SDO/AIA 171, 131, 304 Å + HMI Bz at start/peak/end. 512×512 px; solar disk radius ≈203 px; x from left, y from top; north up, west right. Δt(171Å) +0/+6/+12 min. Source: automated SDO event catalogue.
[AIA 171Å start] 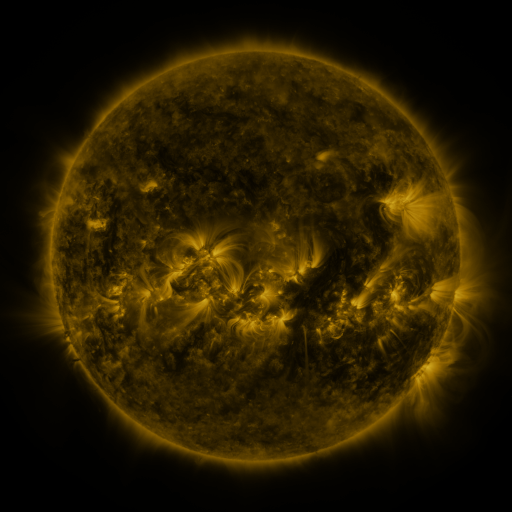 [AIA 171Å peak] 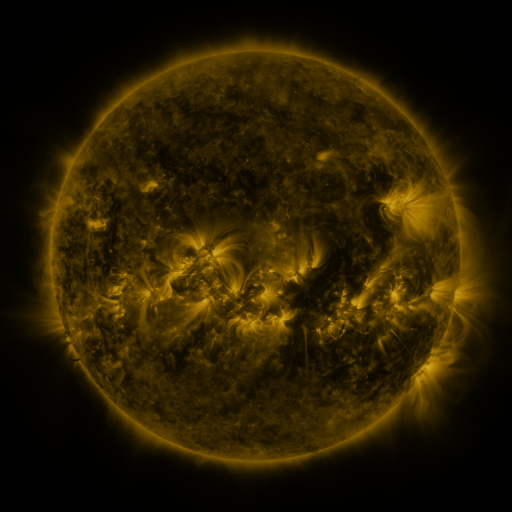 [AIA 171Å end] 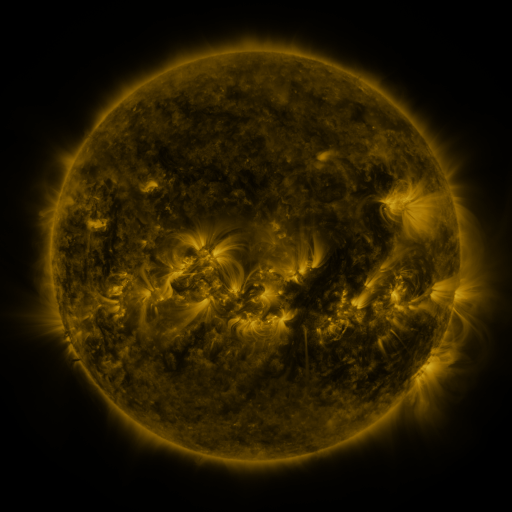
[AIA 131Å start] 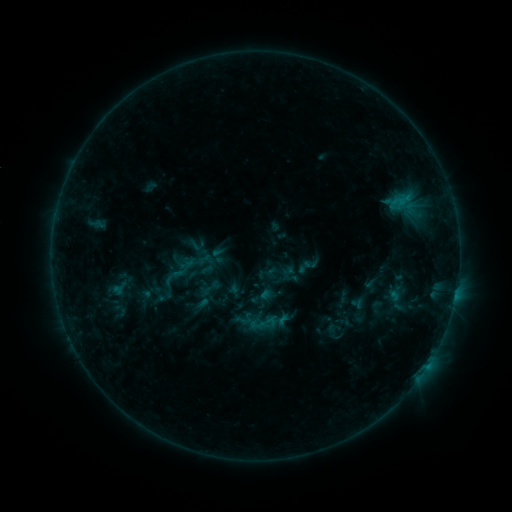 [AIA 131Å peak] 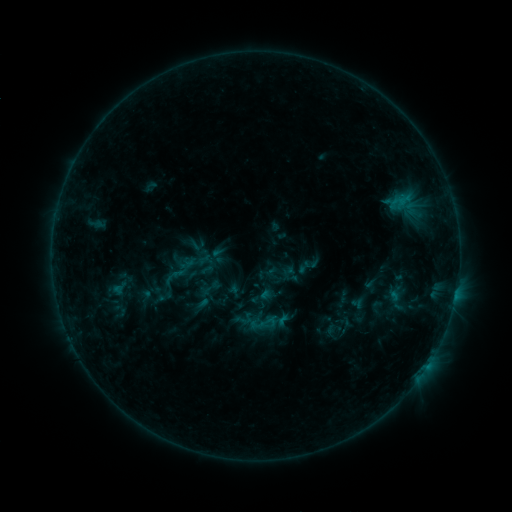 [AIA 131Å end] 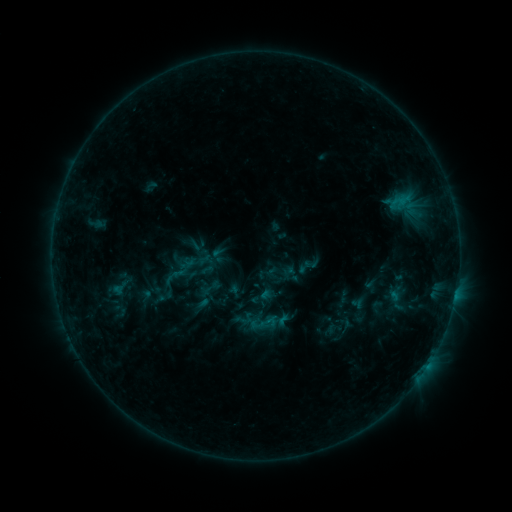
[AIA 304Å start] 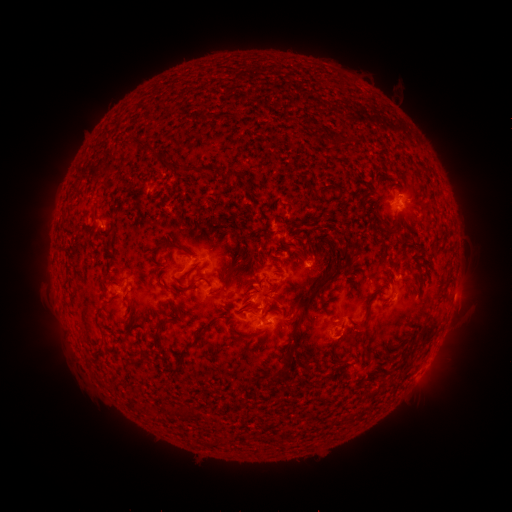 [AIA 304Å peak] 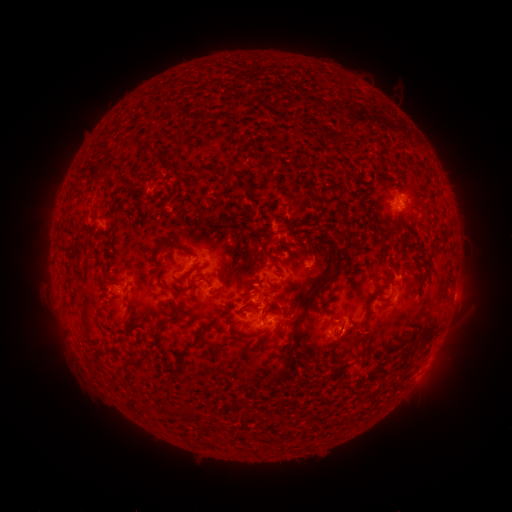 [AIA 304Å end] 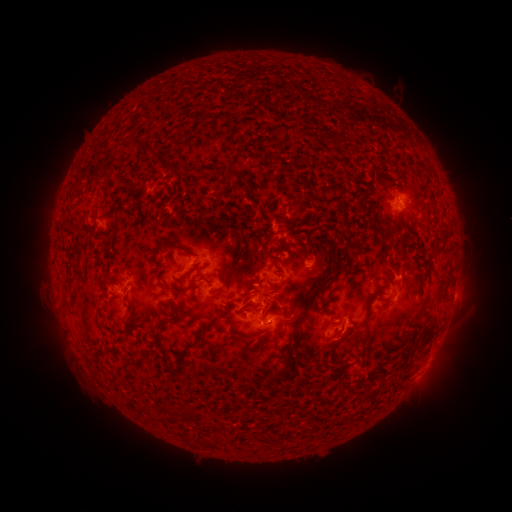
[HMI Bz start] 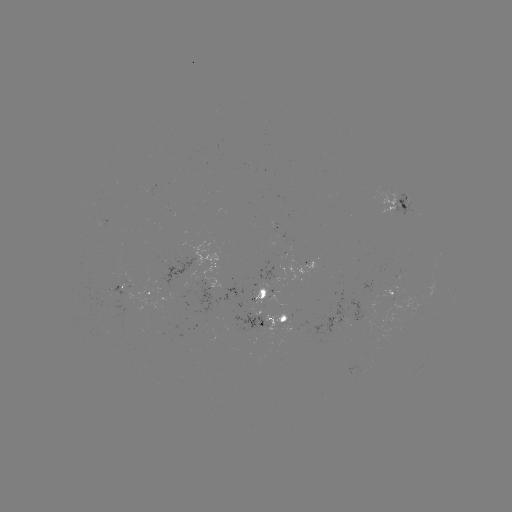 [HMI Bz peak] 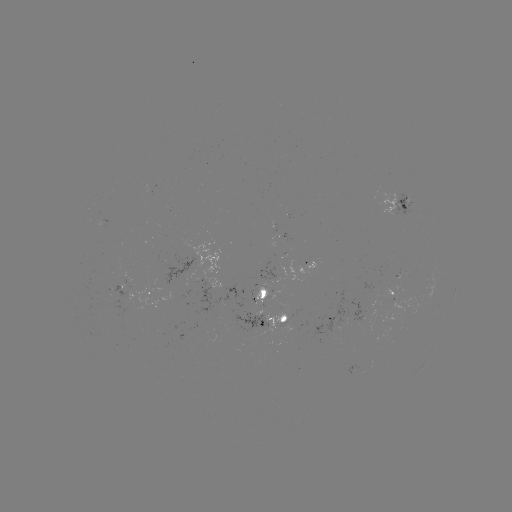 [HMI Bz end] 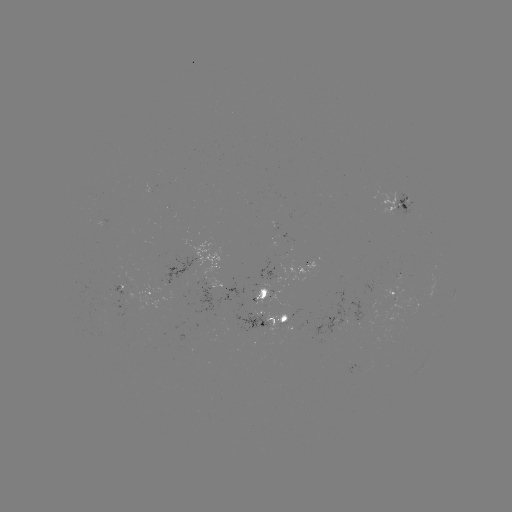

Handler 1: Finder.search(eruption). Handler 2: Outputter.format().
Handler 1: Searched eruption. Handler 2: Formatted [359, 338].